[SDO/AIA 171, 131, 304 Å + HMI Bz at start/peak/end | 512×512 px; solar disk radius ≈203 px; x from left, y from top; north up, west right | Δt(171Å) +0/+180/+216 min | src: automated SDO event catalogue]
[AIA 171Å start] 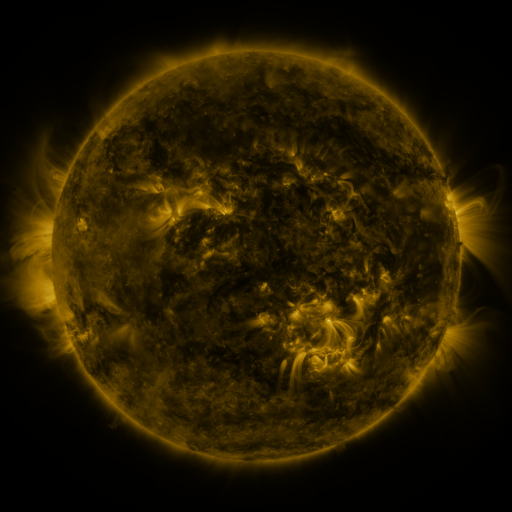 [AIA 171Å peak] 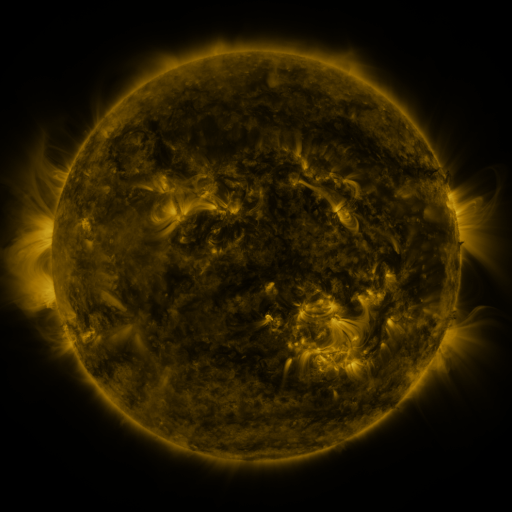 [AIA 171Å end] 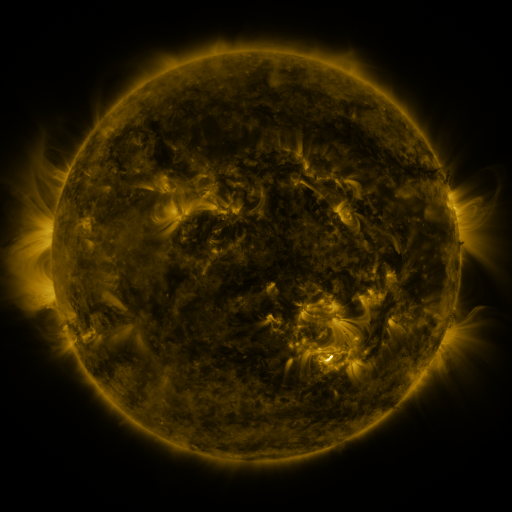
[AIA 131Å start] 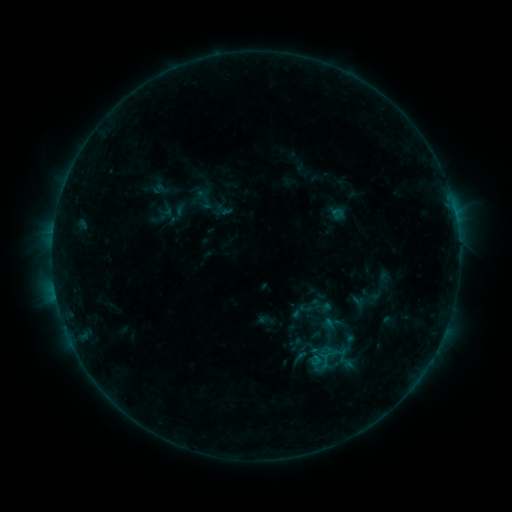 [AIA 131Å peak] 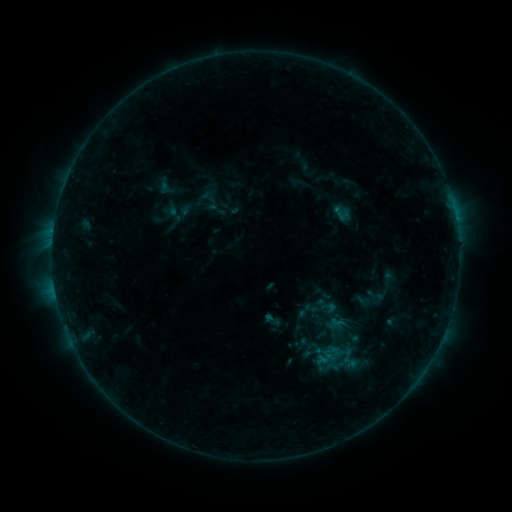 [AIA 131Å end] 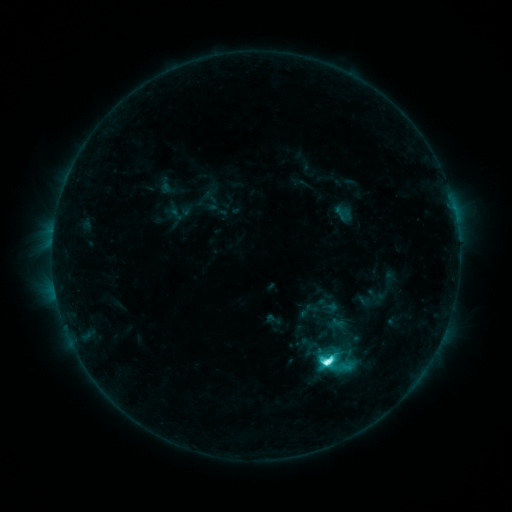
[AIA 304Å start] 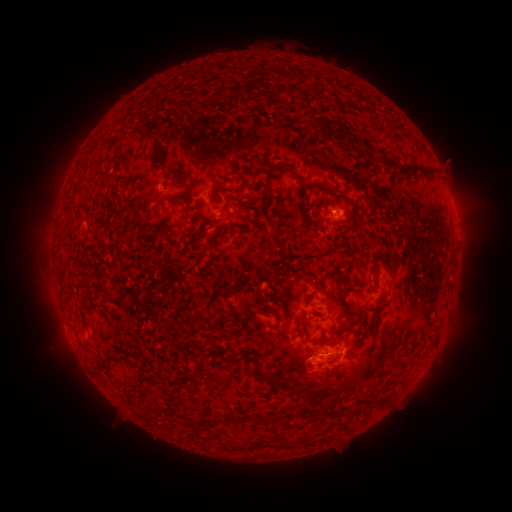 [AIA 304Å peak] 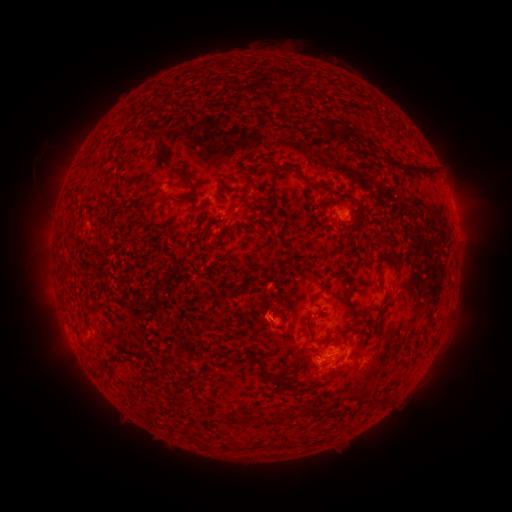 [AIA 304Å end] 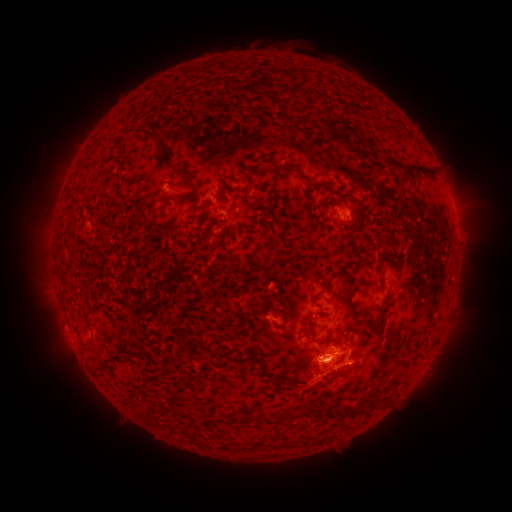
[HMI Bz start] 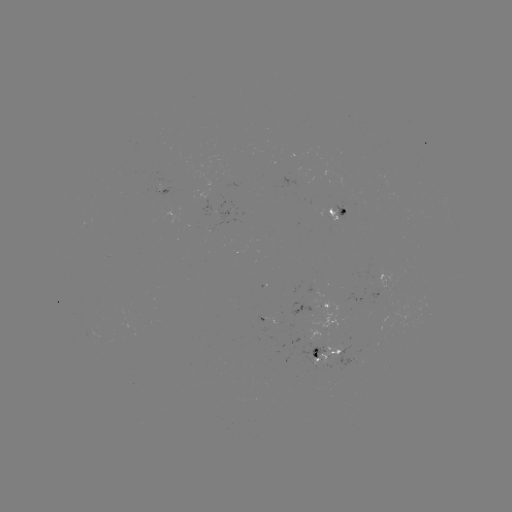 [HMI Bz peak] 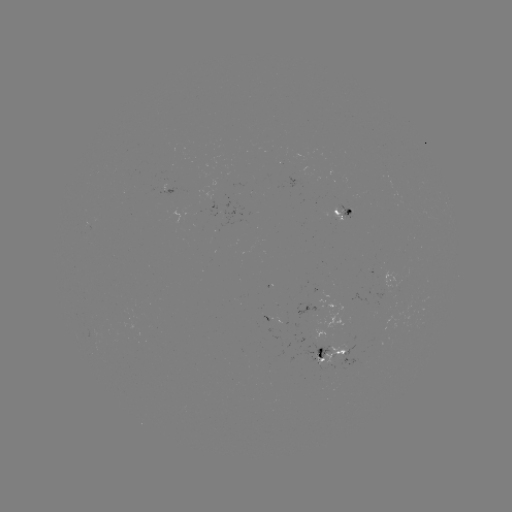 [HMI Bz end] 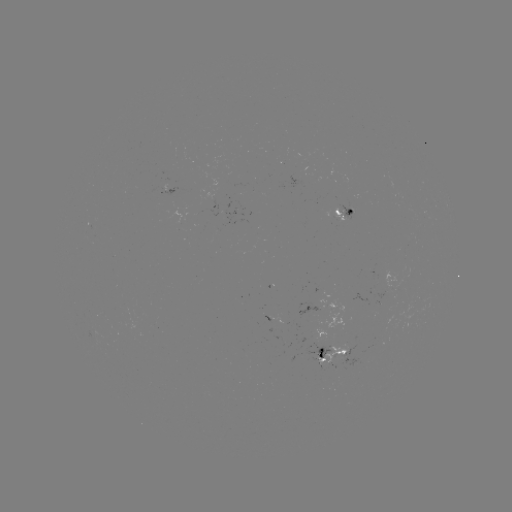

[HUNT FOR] emerging-flux region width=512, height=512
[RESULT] [335, 215]